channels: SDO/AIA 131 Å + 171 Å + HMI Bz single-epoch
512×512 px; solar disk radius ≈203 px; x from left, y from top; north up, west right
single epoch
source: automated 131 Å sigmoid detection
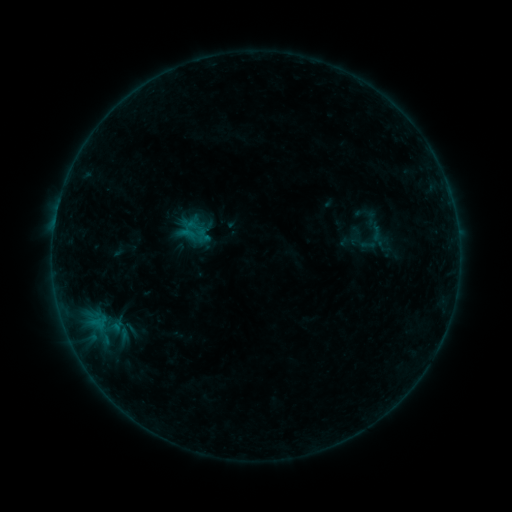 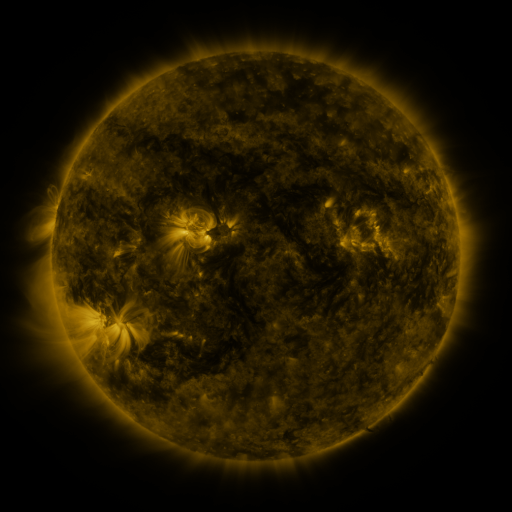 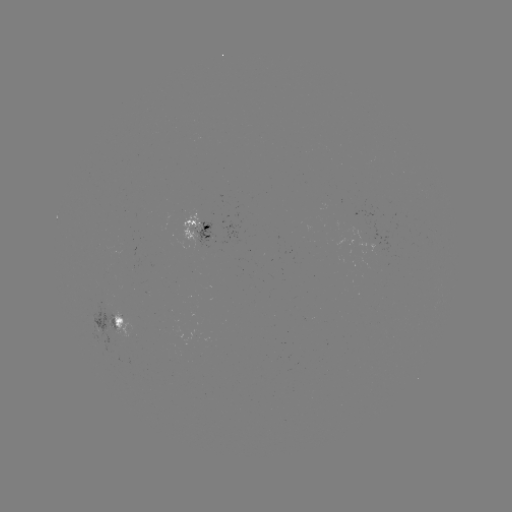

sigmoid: <bbox>363, 221, 389, 242</bbox>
